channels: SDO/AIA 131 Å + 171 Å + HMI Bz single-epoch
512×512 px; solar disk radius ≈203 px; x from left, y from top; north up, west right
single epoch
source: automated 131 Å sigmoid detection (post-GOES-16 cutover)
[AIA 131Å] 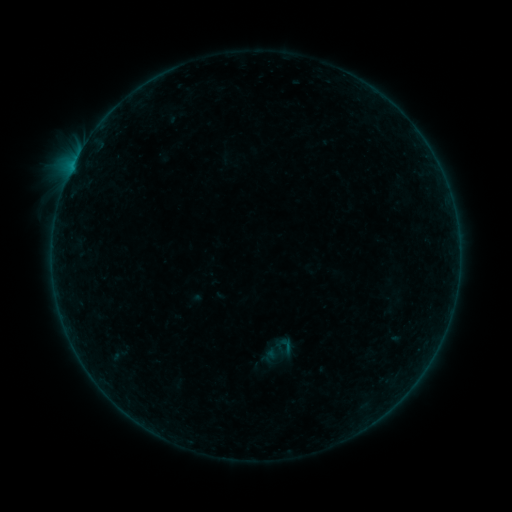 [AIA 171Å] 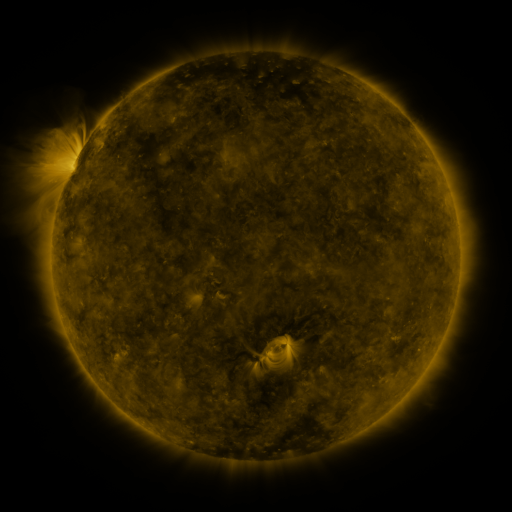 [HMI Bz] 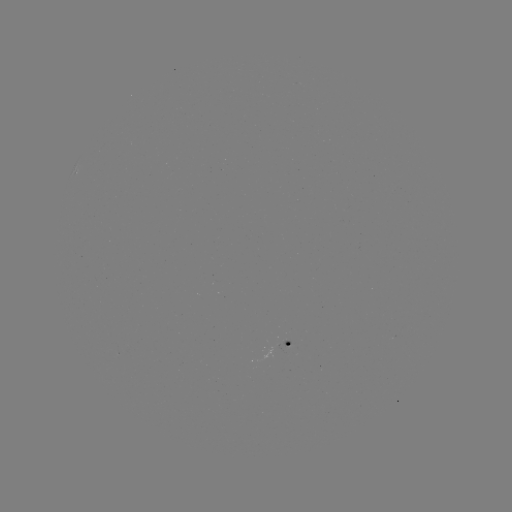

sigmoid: (276, 336, 296, 356)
